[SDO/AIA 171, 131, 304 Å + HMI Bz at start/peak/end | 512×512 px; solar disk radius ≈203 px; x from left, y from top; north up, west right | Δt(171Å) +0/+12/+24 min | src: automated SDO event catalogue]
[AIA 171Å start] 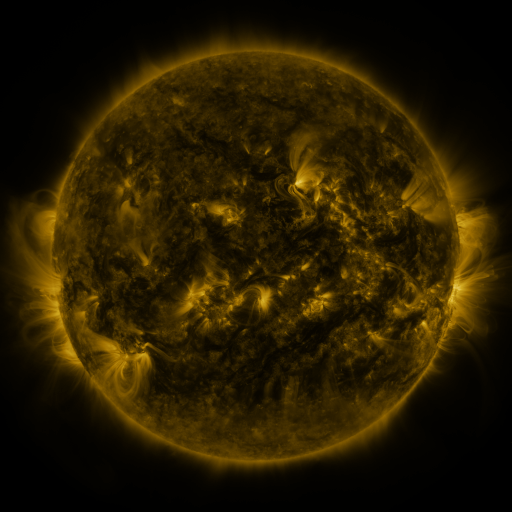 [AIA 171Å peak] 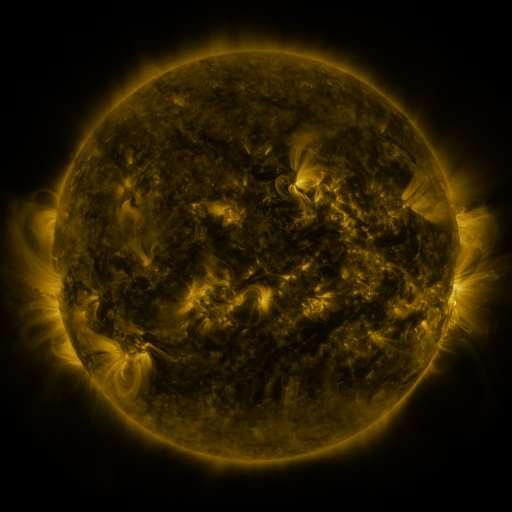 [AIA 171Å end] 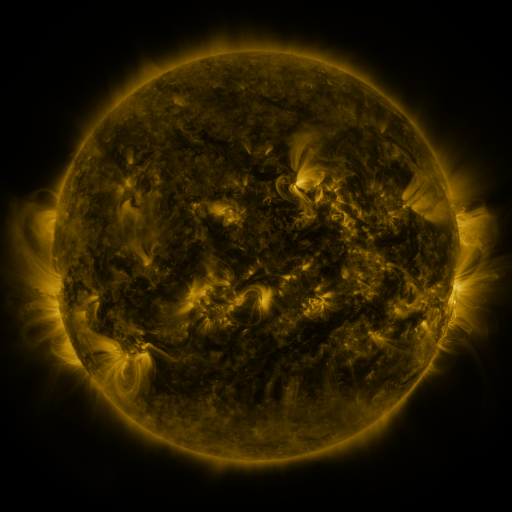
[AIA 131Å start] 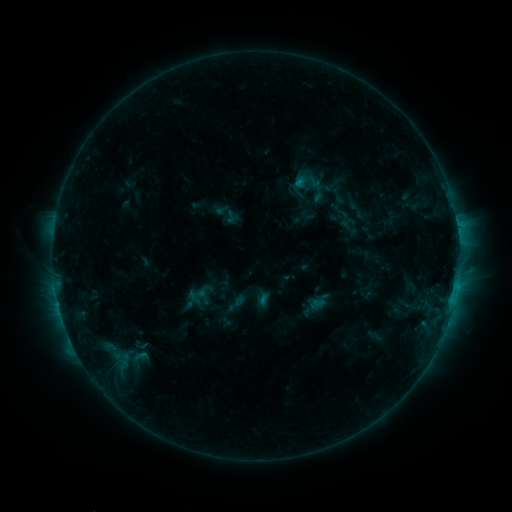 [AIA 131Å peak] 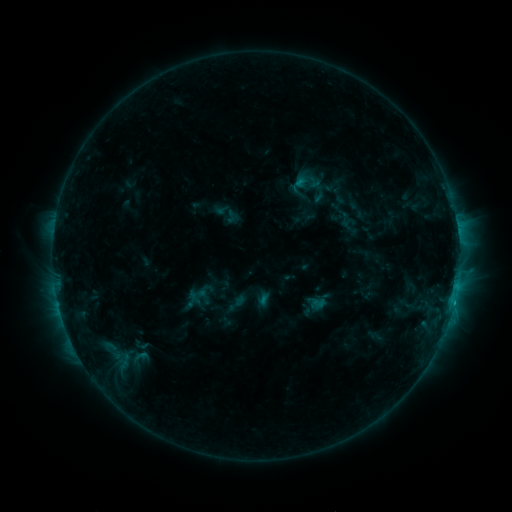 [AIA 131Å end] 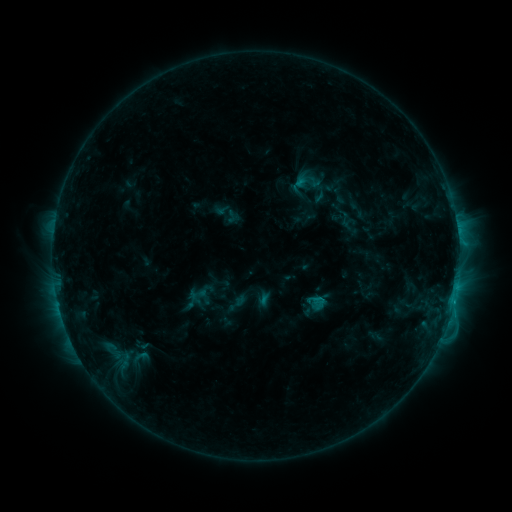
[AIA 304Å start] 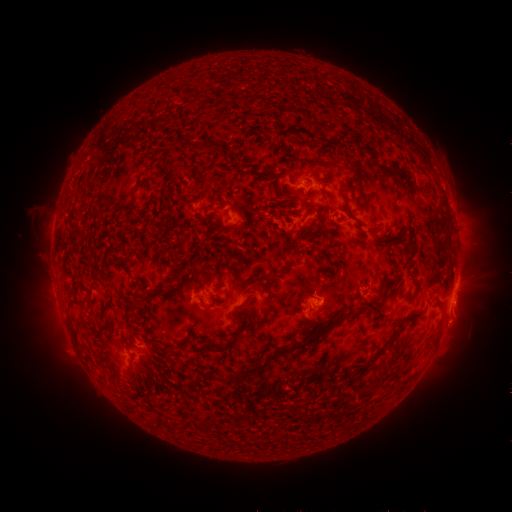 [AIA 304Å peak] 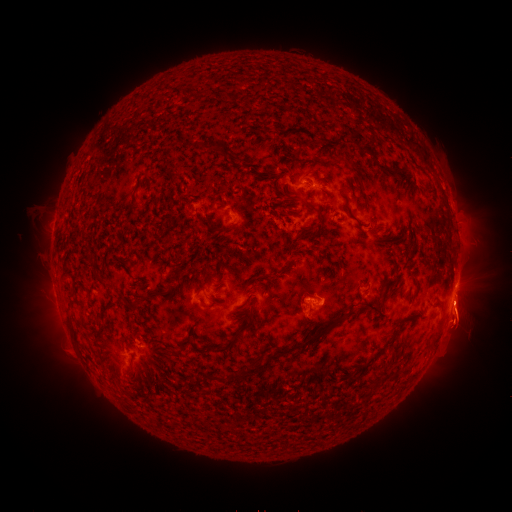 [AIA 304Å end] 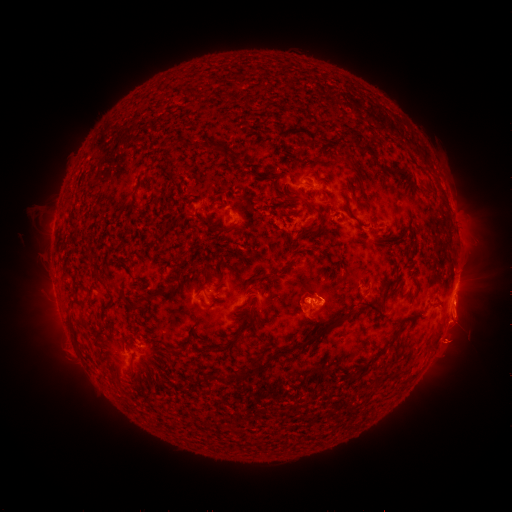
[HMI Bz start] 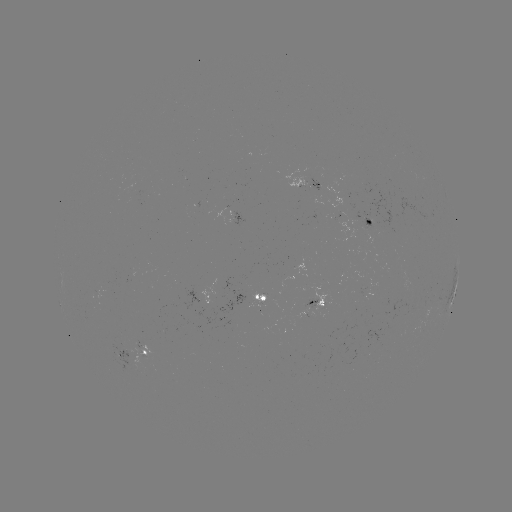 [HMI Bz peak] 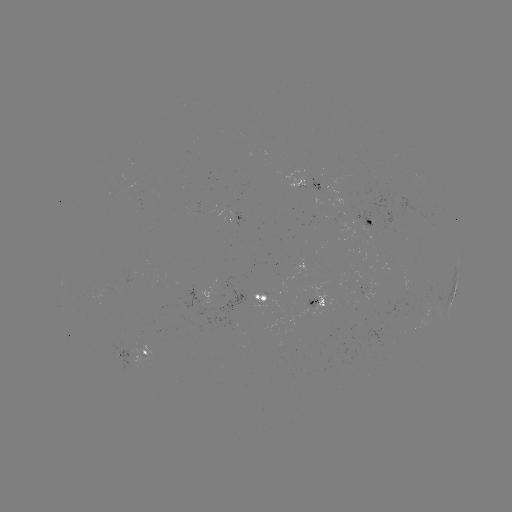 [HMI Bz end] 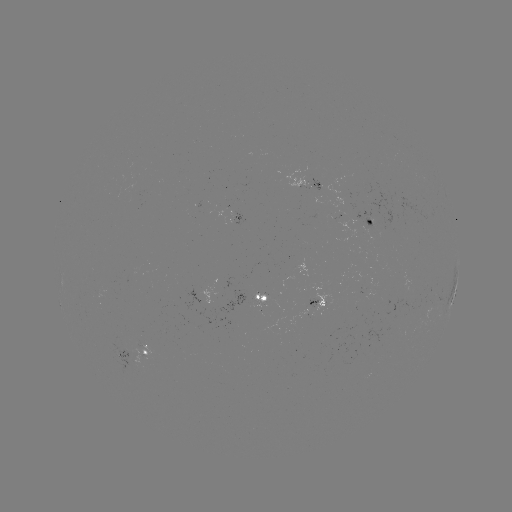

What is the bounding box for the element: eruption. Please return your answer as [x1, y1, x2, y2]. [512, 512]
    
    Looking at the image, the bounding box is [412, 230, 511, 408].